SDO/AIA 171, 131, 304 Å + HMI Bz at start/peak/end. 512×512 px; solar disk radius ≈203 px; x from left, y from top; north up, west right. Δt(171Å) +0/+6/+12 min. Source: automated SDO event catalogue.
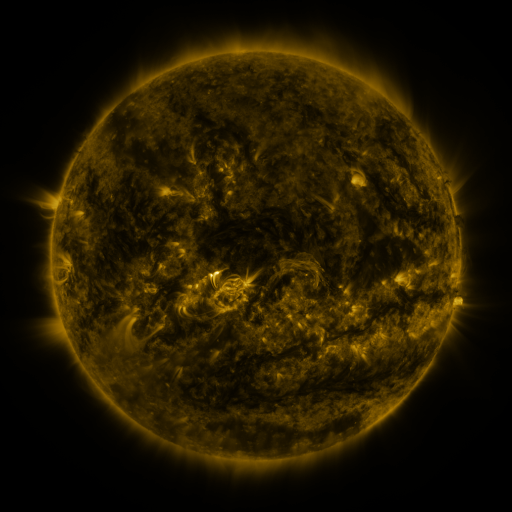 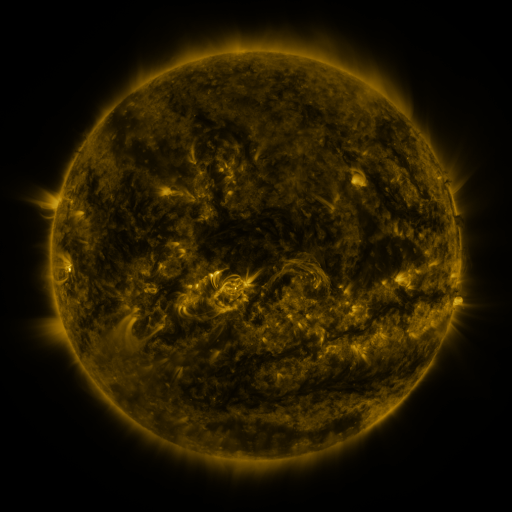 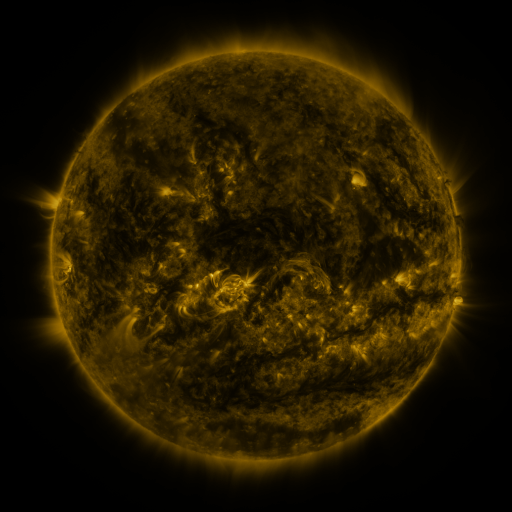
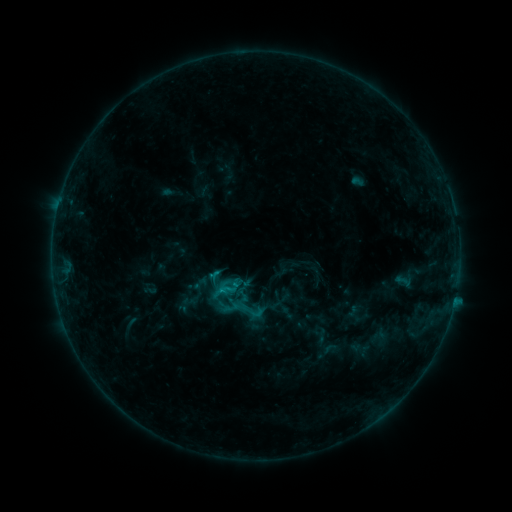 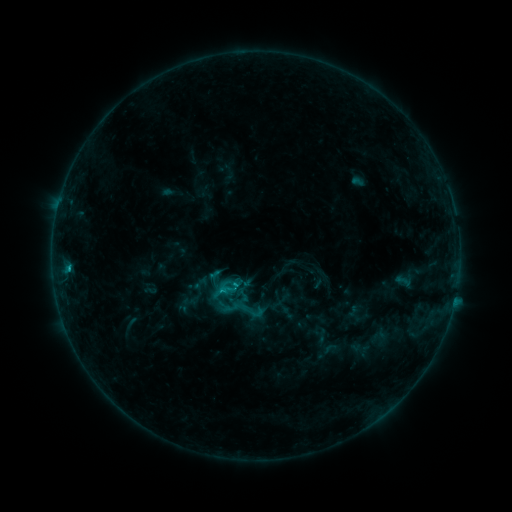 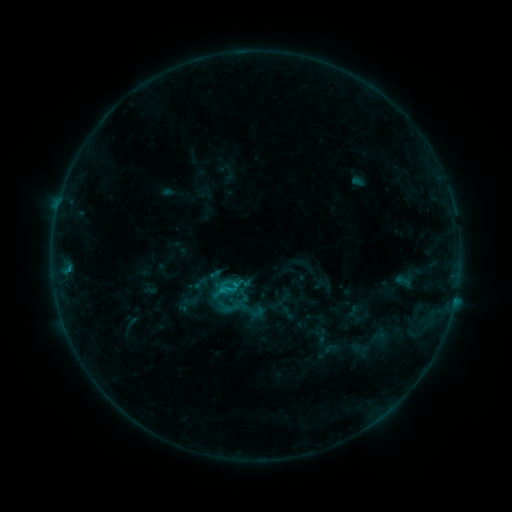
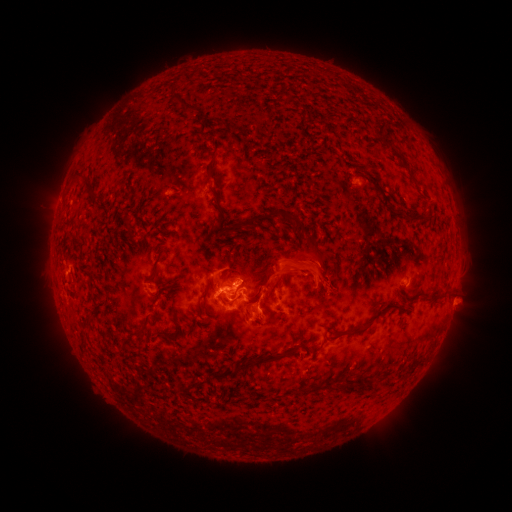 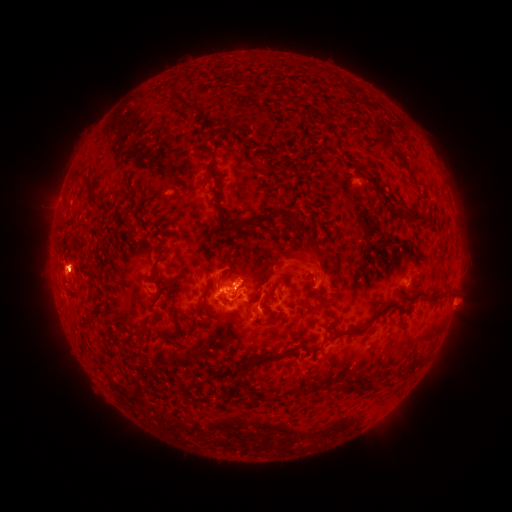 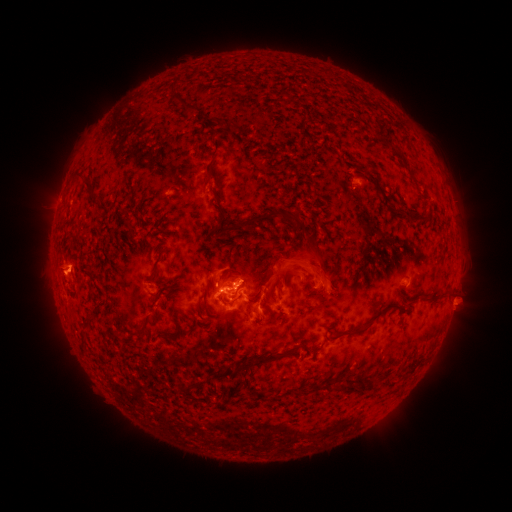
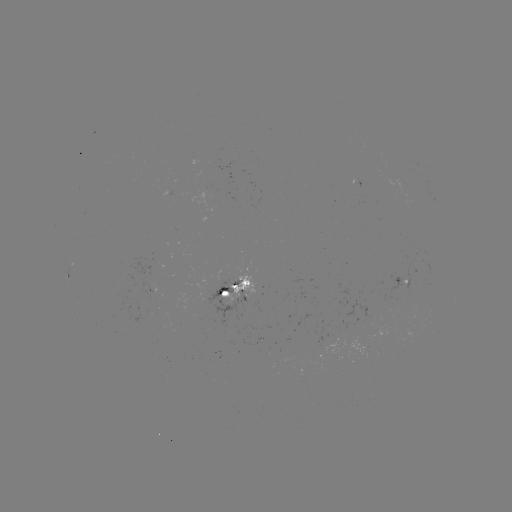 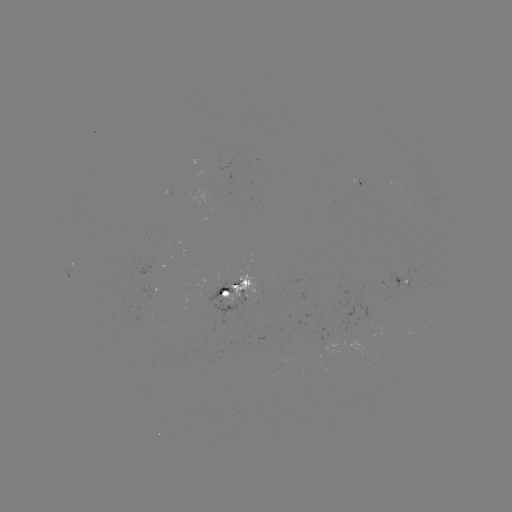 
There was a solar eruption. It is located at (81, 264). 